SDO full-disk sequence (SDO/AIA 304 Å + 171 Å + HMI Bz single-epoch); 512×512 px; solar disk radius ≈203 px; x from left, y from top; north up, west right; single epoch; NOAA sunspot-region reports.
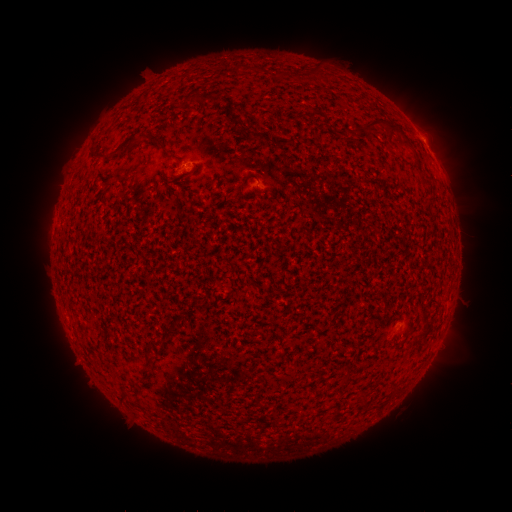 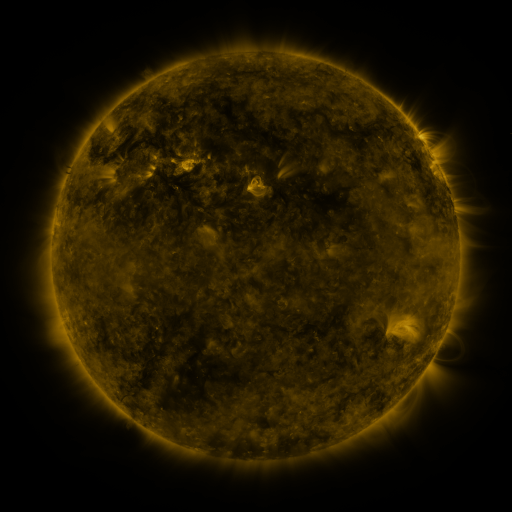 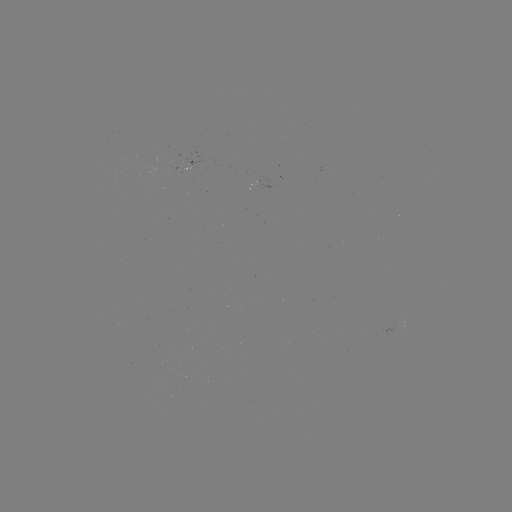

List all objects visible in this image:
spotted active region: (428, 147)
spotted active region: (195, 159)
